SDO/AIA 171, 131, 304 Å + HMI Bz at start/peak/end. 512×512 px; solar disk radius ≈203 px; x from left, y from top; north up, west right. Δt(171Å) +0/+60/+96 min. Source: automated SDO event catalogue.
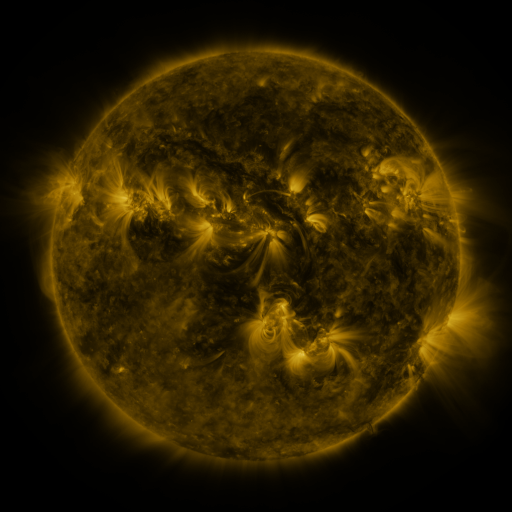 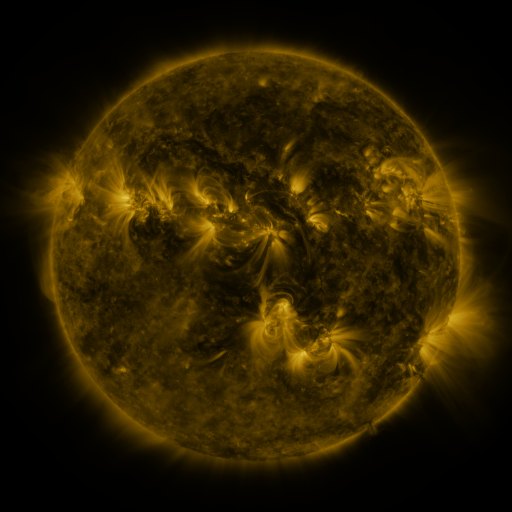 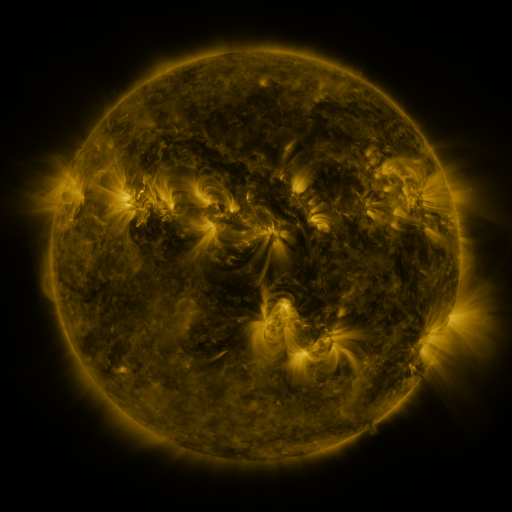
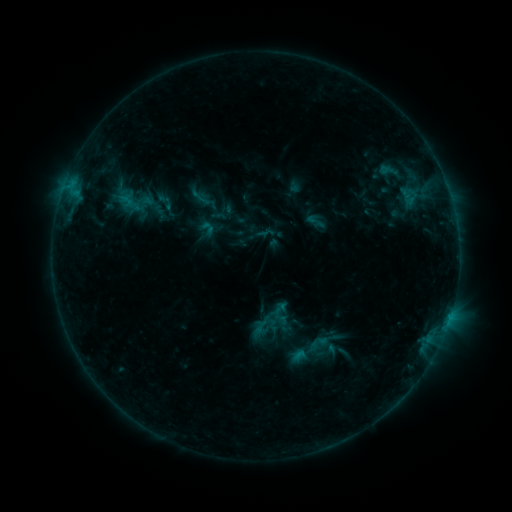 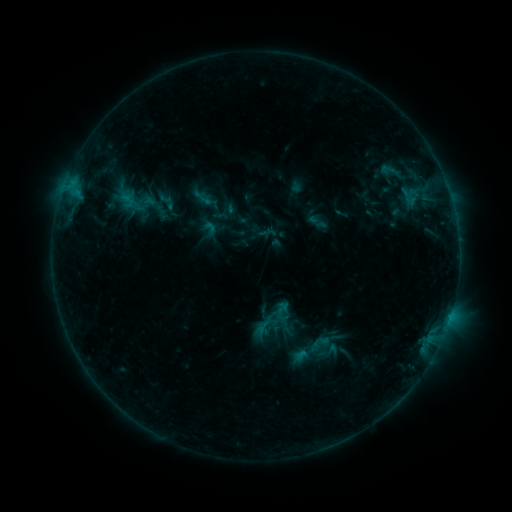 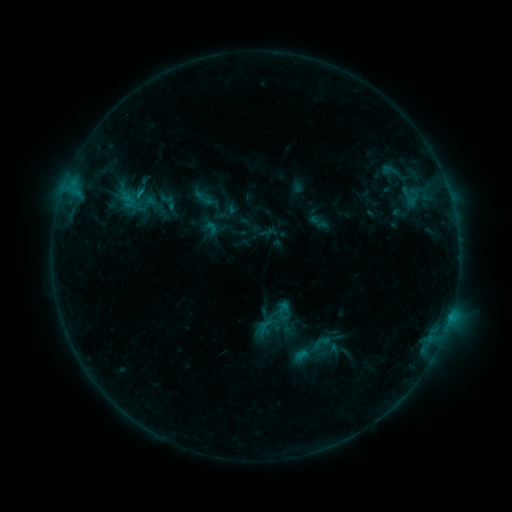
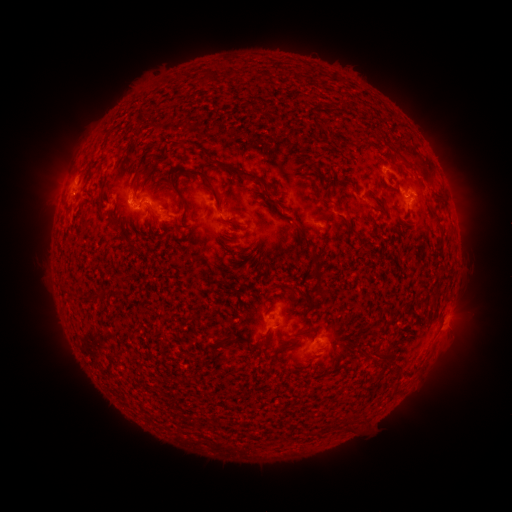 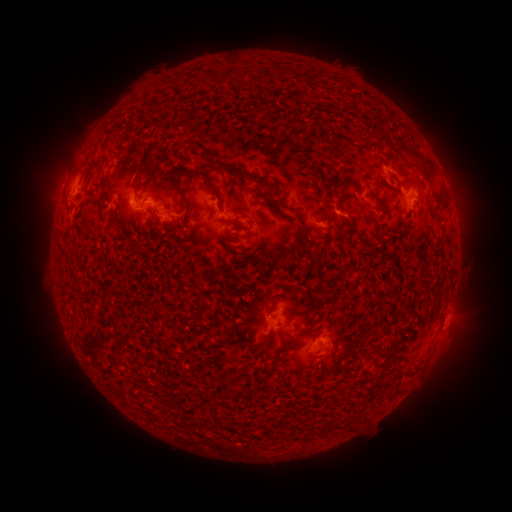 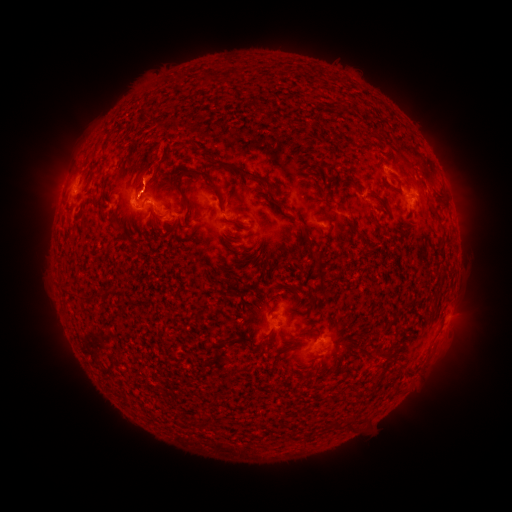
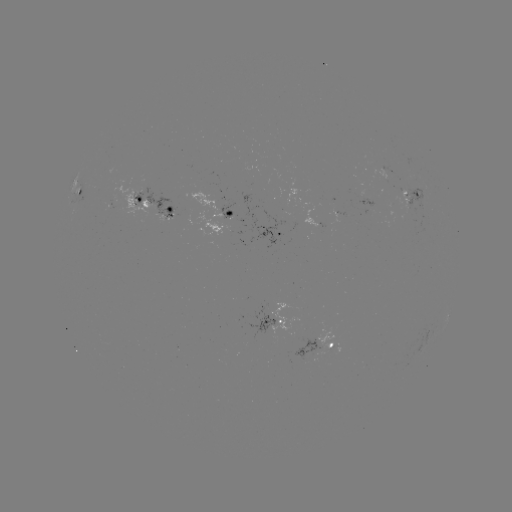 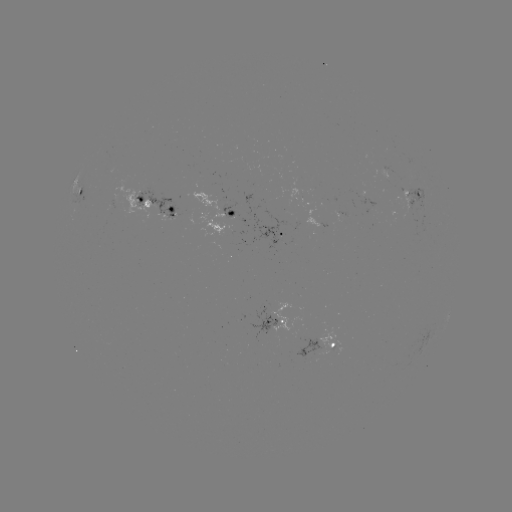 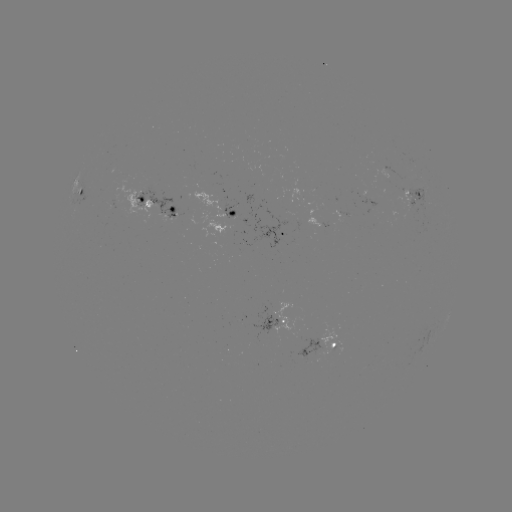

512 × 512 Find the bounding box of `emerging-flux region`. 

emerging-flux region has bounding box [110, 198, 115, 208].